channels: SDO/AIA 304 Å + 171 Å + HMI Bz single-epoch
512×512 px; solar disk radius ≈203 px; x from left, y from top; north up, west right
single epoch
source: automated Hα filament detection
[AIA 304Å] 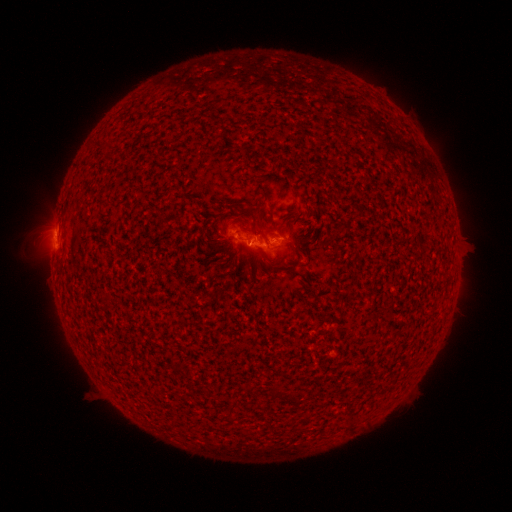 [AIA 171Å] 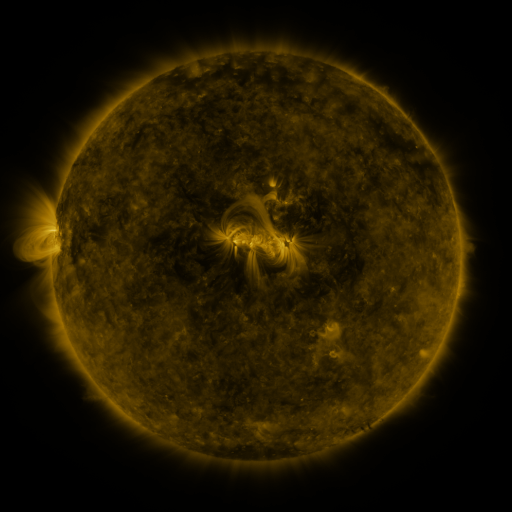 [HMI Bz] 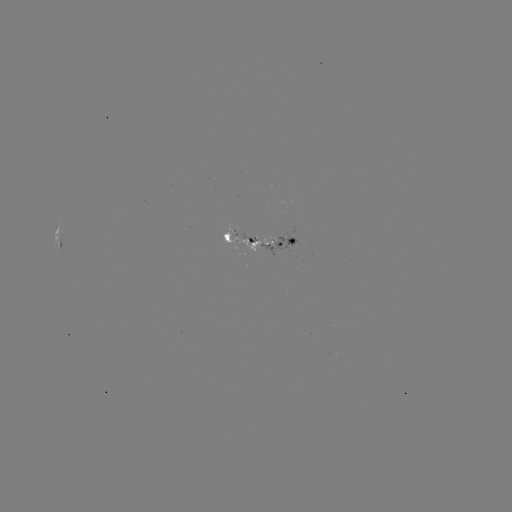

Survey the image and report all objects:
filament: (287, 217)
filament: (257, 233)
